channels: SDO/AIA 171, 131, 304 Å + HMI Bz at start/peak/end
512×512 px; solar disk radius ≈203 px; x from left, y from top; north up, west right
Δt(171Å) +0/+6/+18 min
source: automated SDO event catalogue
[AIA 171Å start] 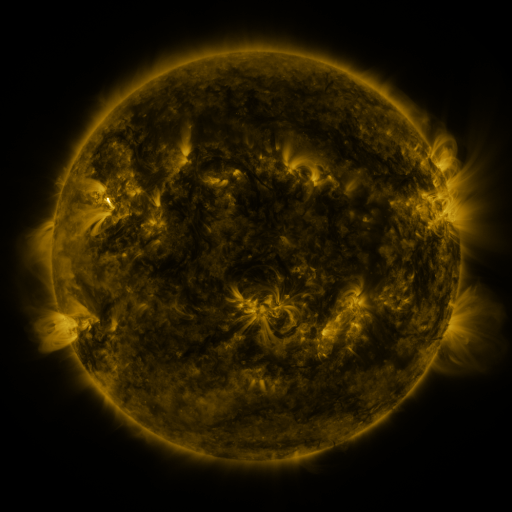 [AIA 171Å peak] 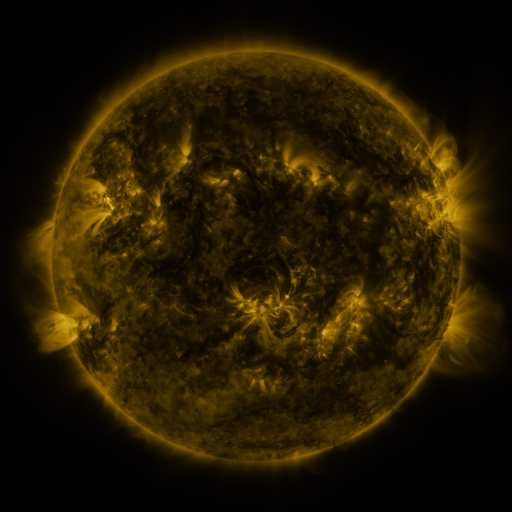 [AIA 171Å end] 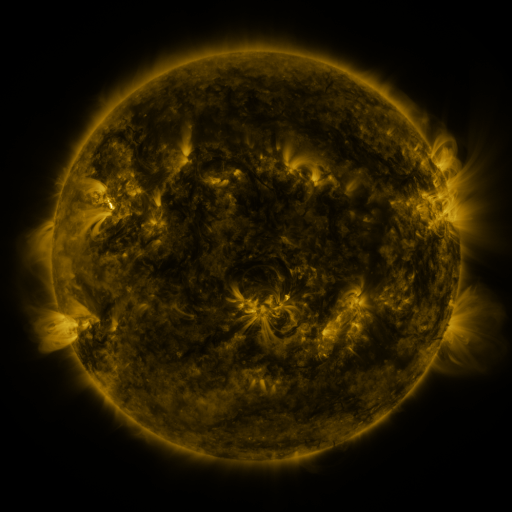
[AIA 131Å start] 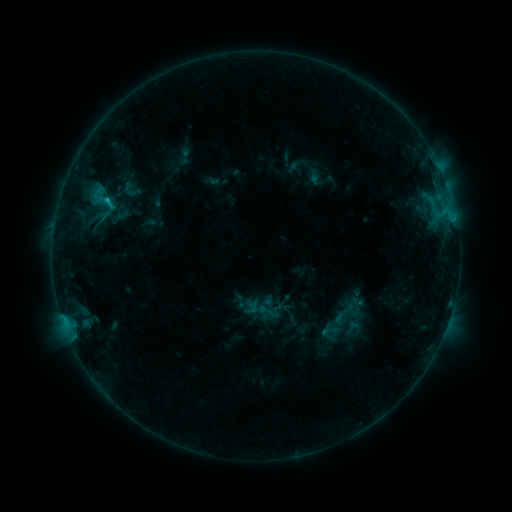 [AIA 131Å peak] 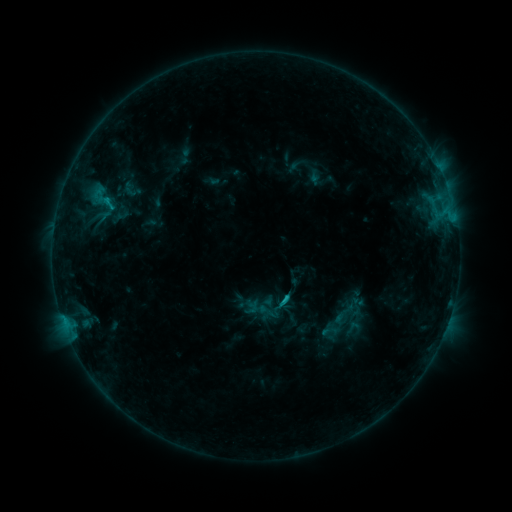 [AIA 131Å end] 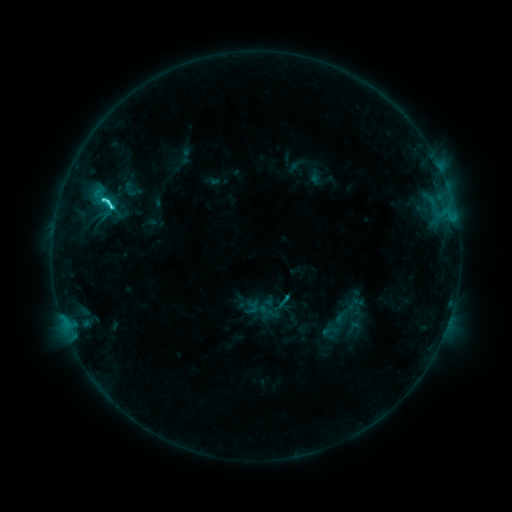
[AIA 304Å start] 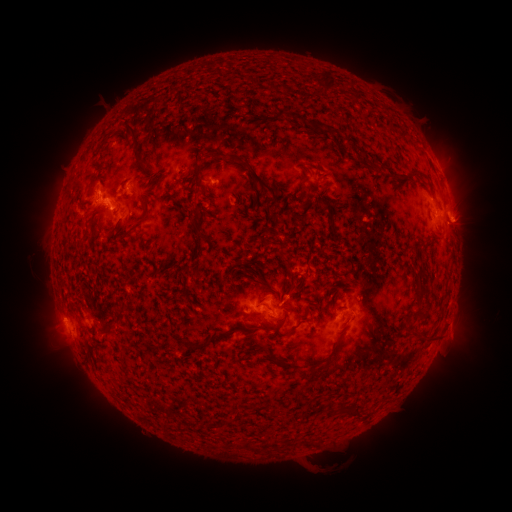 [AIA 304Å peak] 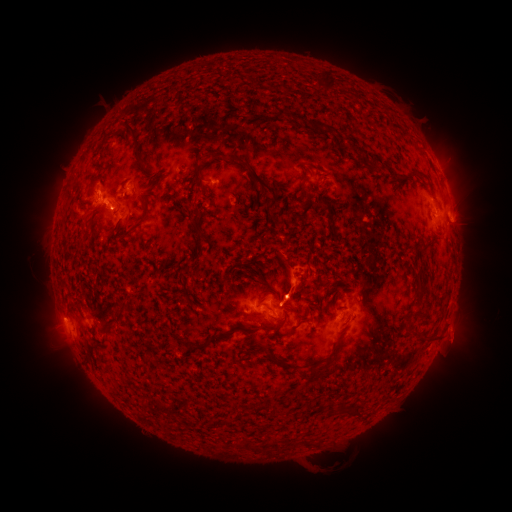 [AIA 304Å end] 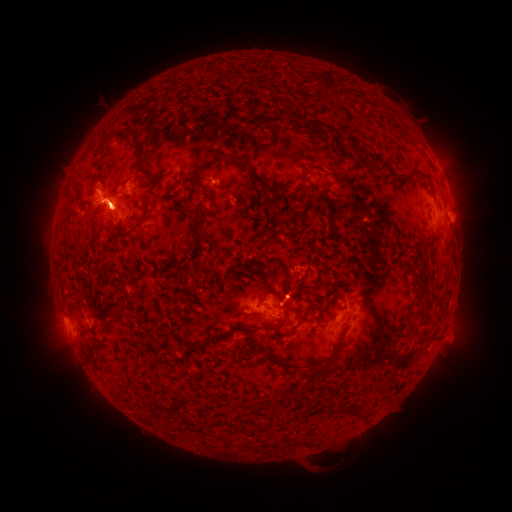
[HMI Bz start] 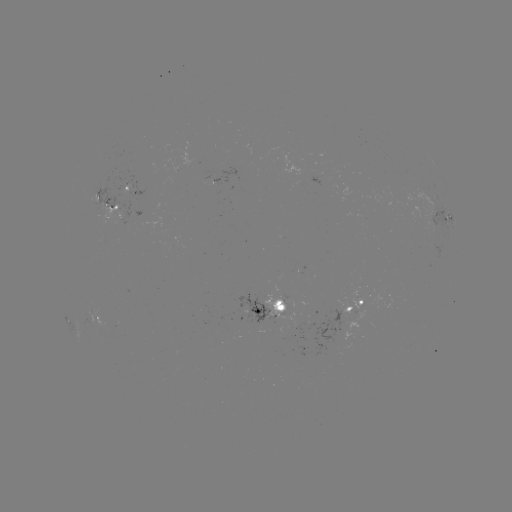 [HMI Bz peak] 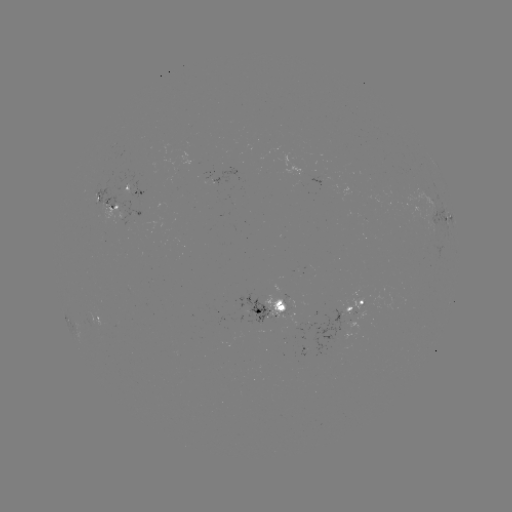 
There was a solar eruption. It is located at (294, 283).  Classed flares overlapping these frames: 2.